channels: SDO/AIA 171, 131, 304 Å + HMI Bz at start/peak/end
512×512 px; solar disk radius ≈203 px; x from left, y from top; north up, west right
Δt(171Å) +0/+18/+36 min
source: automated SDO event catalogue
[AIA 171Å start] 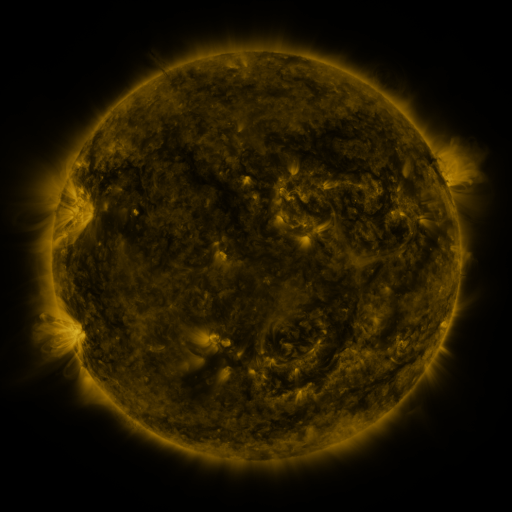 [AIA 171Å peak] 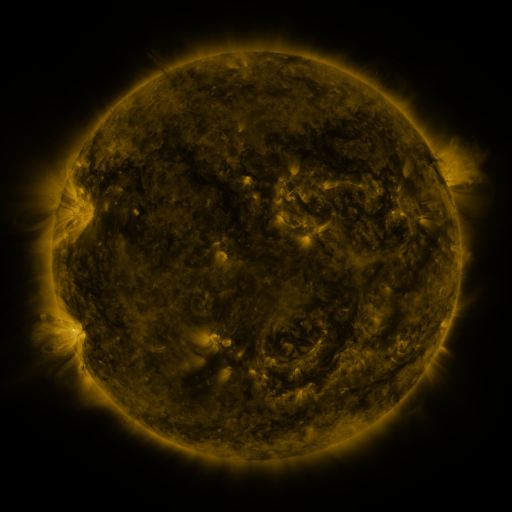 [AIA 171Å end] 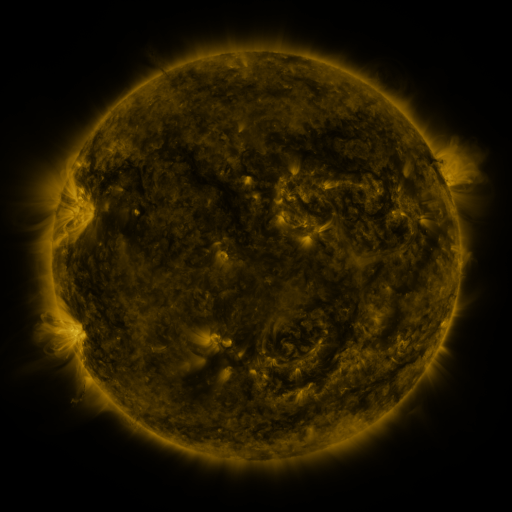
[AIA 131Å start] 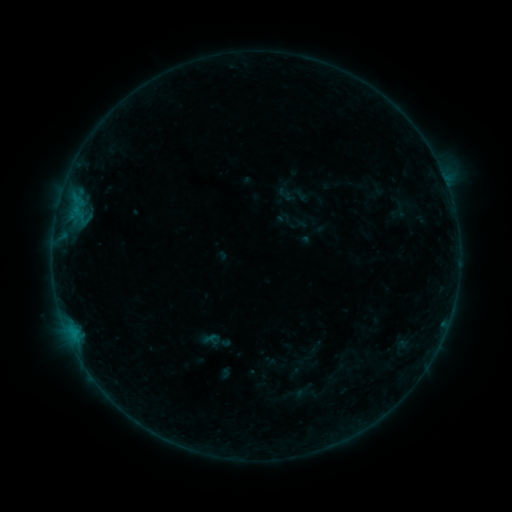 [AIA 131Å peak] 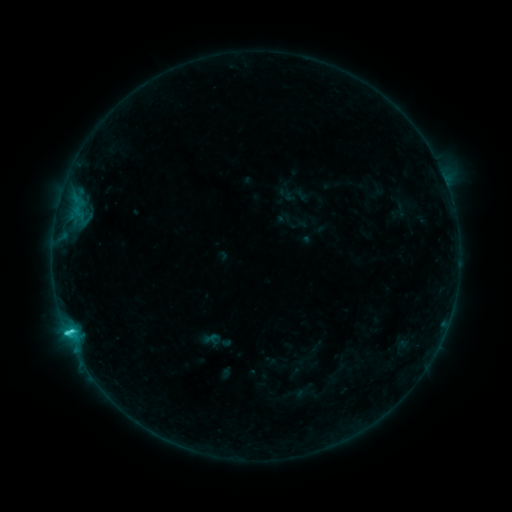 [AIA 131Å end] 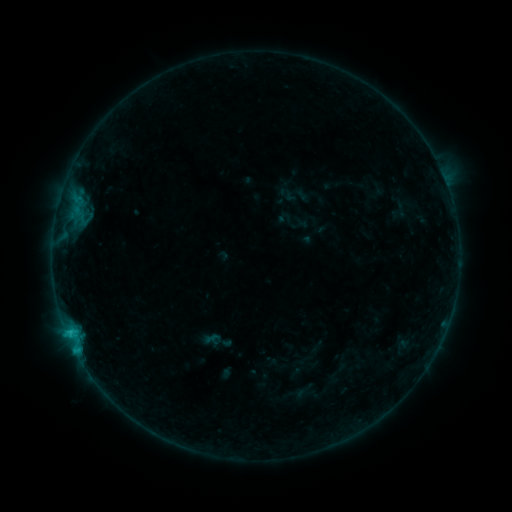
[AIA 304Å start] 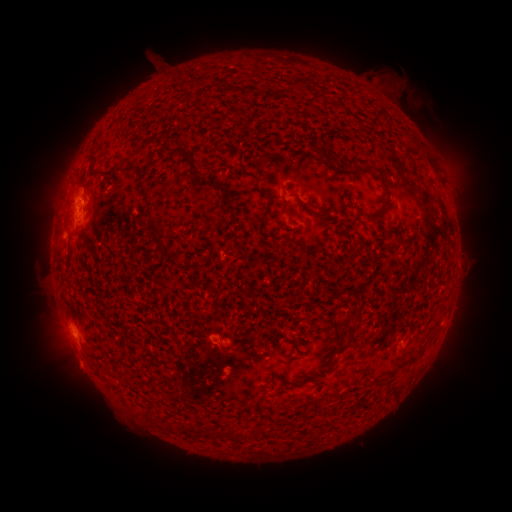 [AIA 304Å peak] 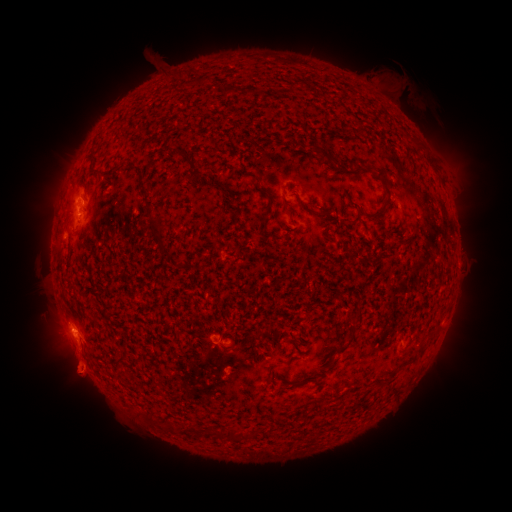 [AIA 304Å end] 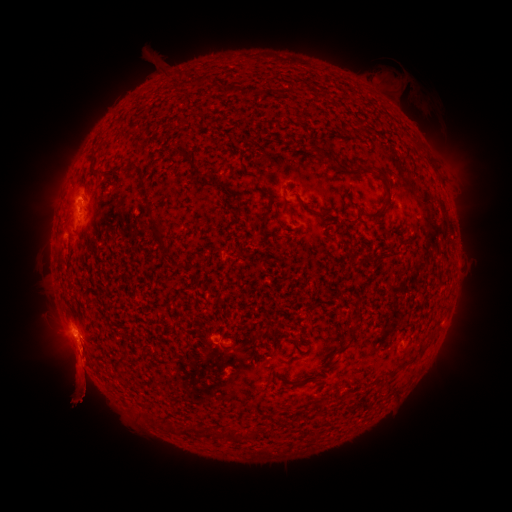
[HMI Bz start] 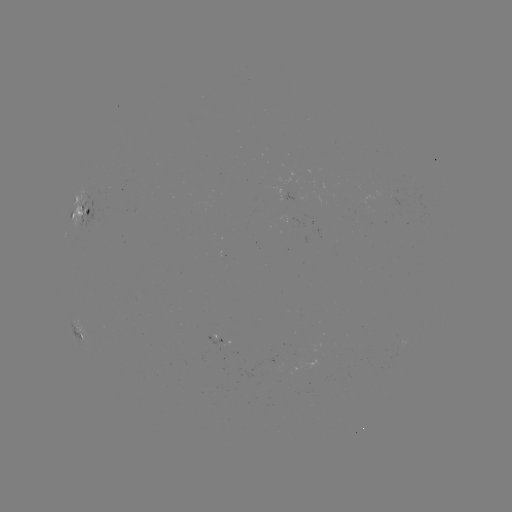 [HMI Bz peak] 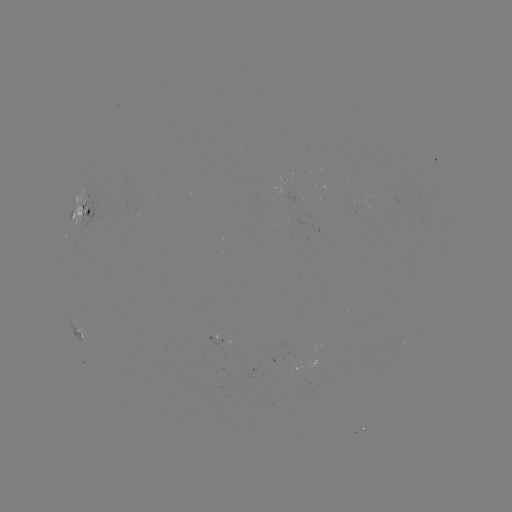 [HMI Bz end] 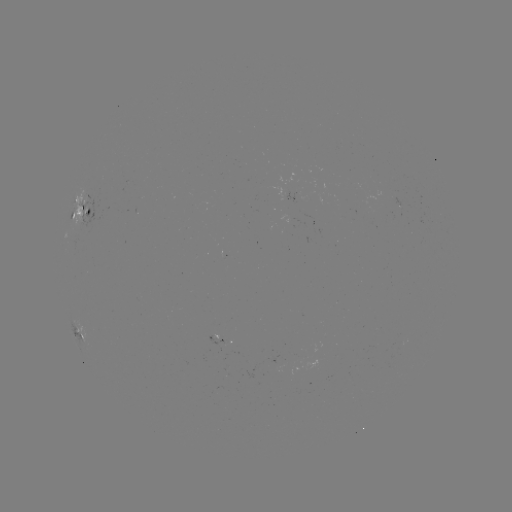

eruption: [45, 311, 115, 422]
